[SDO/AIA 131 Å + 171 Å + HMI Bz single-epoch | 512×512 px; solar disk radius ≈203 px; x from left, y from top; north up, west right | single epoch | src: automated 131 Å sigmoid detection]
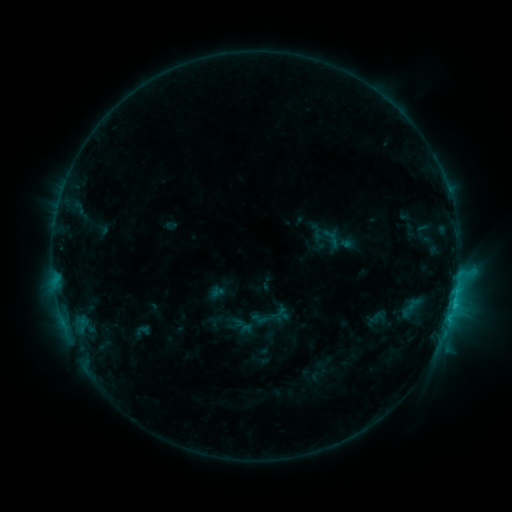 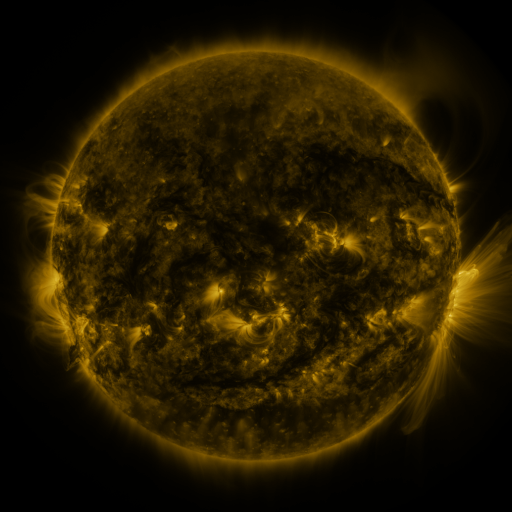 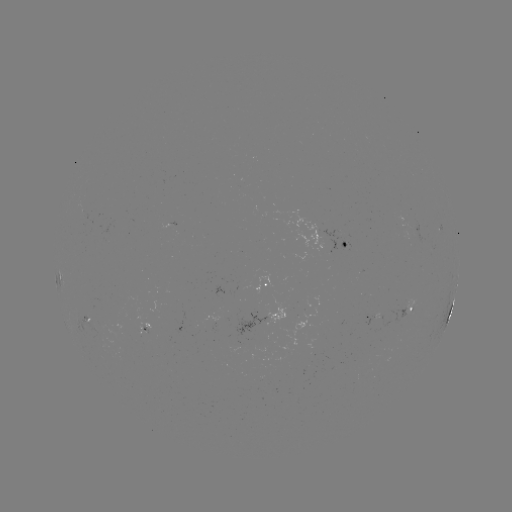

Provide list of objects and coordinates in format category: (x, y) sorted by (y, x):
sigmoid: (377, 318)
